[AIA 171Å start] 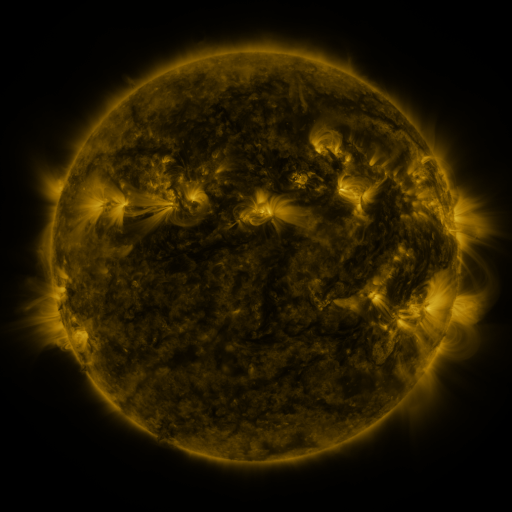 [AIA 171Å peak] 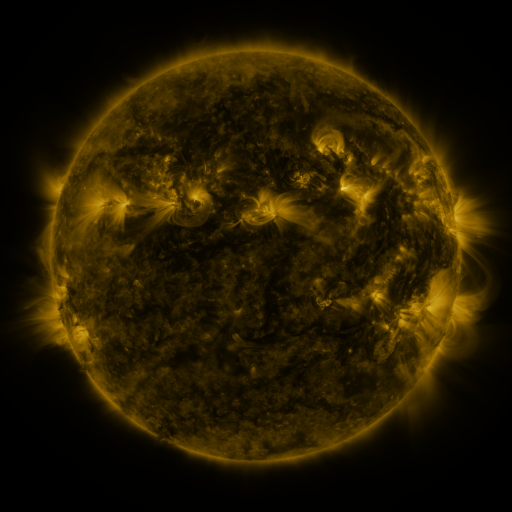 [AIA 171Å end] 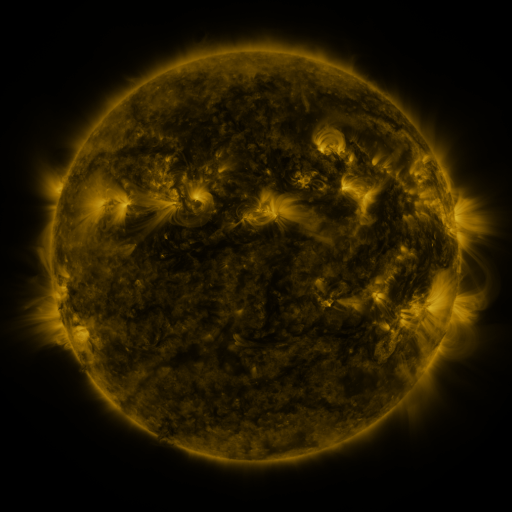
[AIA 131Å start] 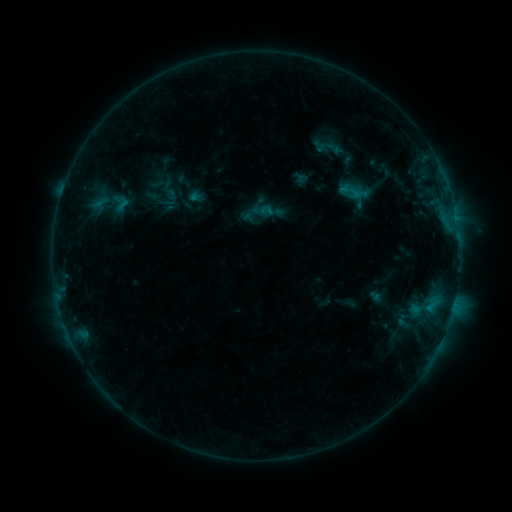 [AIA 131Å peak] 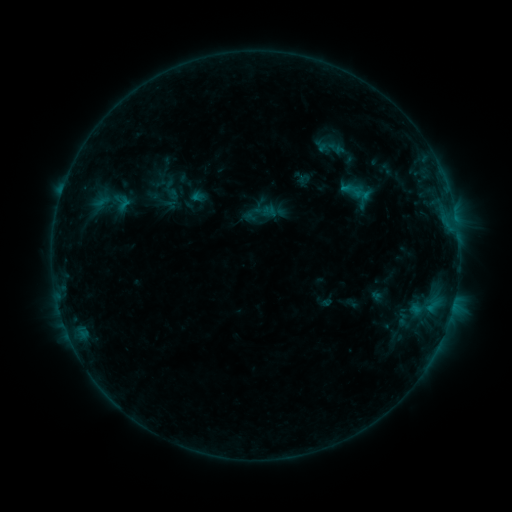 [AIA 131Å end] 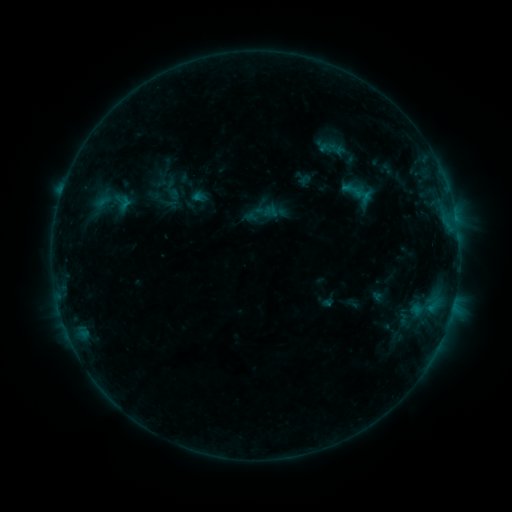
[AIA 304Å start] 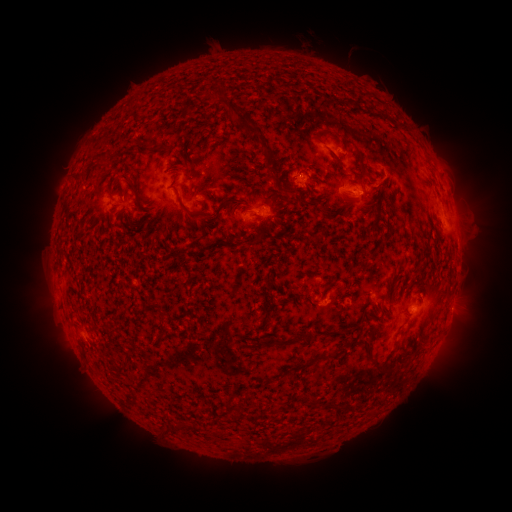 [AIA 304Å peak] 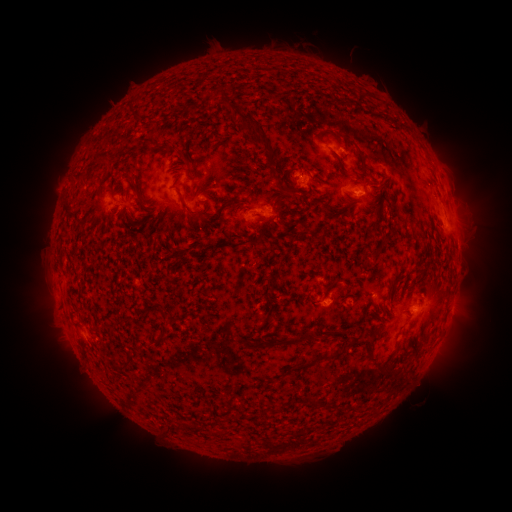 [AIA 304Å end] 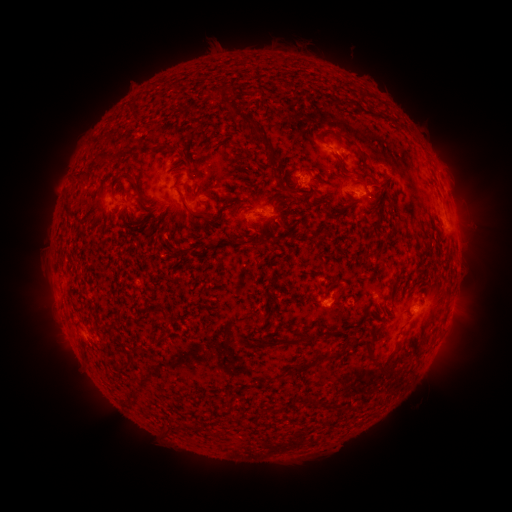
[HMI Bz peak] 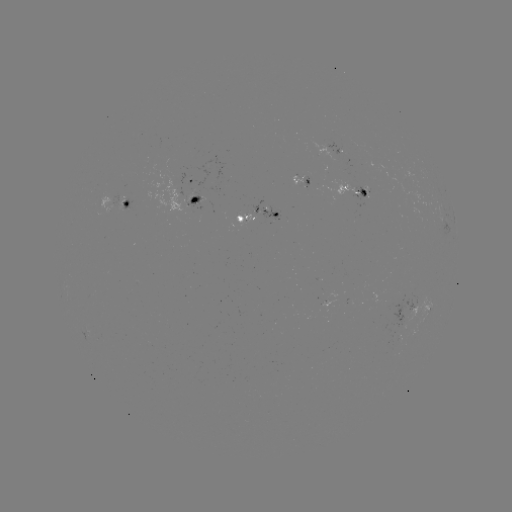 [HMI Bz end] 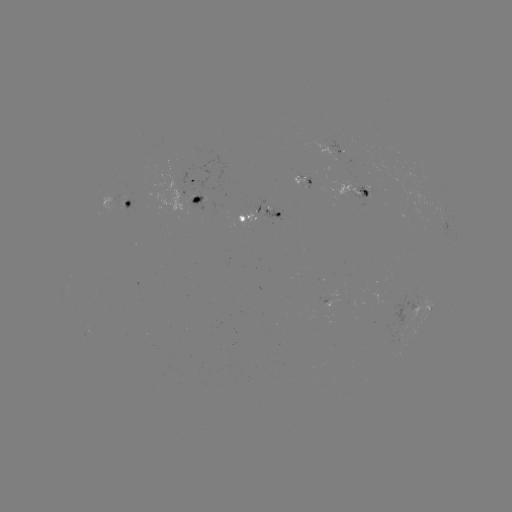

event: emerging-flux region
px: (120, 199)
